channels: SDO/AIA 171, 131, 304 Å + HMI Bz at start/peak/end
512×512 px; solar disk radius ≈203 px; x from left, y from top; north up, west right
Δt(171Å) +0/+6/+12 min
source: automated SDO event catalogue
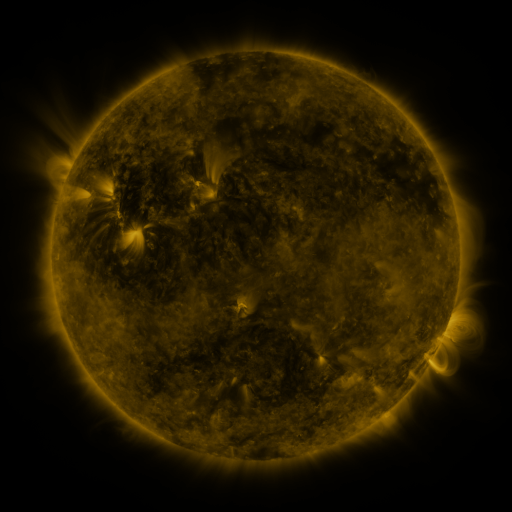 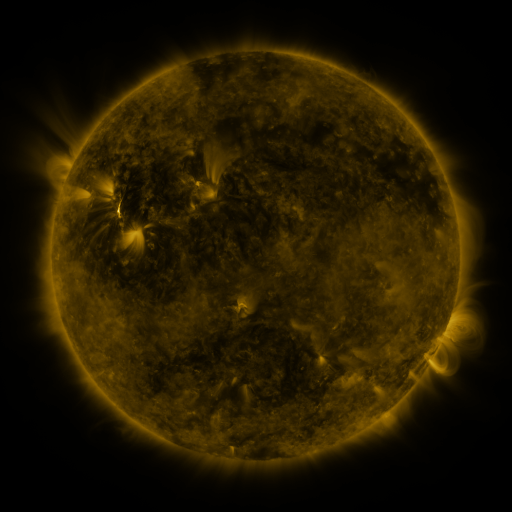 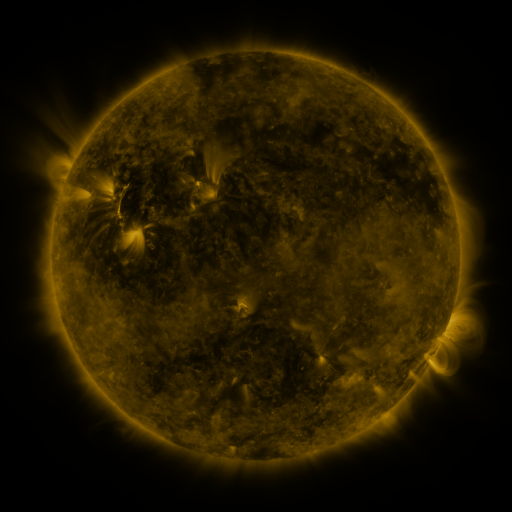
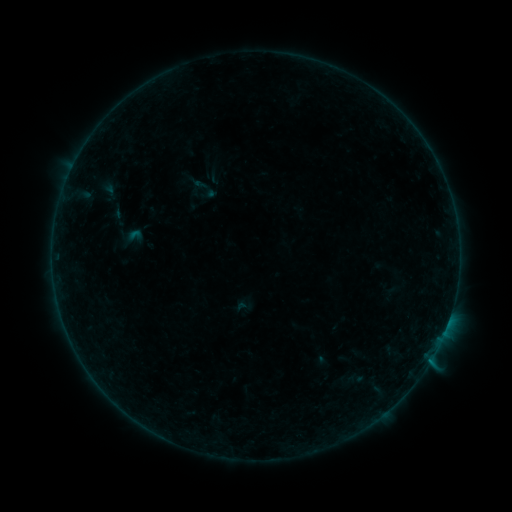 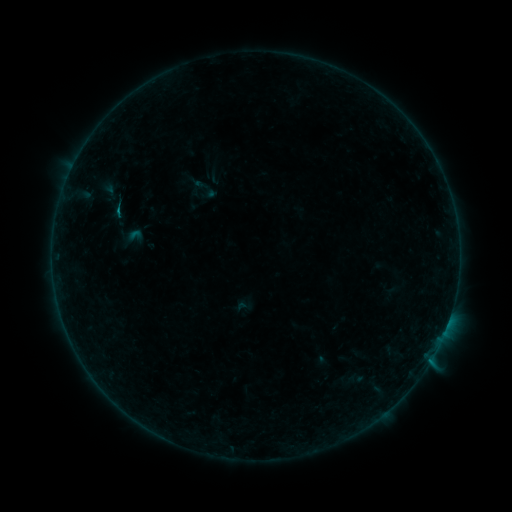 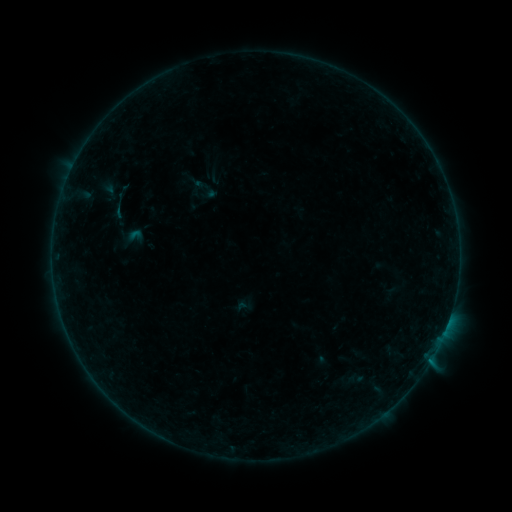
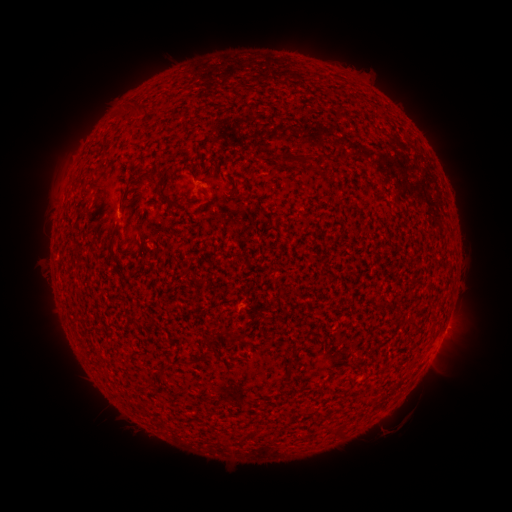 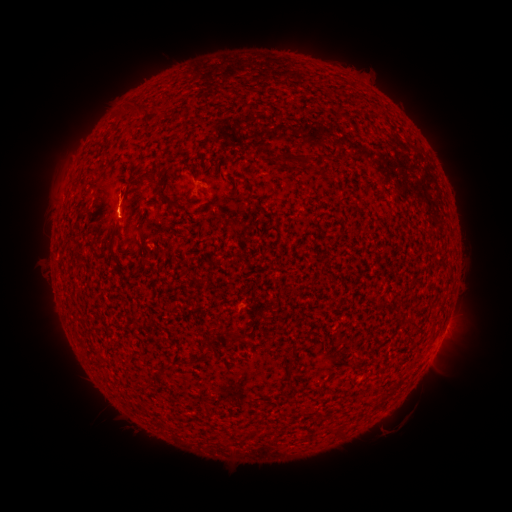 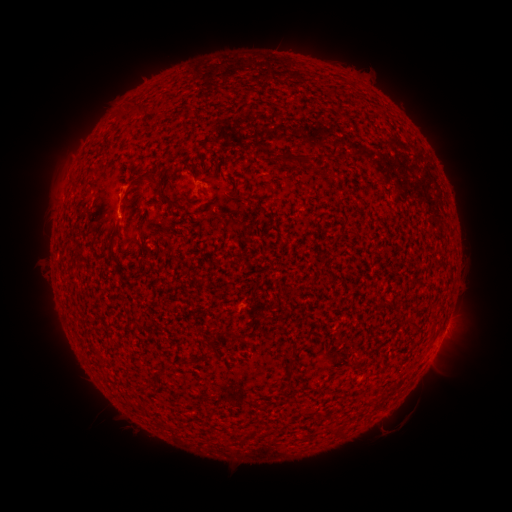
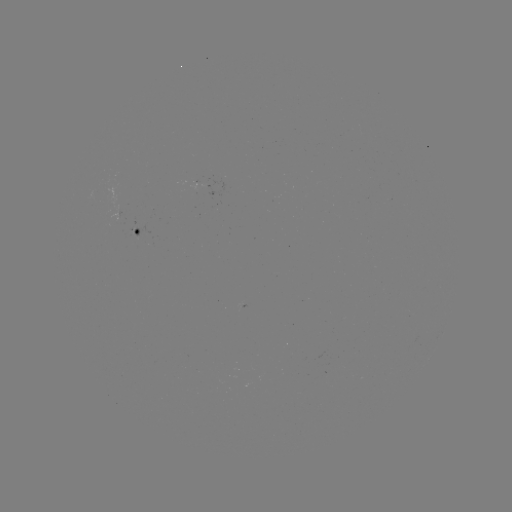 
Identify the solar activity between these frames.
B1.3 flare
